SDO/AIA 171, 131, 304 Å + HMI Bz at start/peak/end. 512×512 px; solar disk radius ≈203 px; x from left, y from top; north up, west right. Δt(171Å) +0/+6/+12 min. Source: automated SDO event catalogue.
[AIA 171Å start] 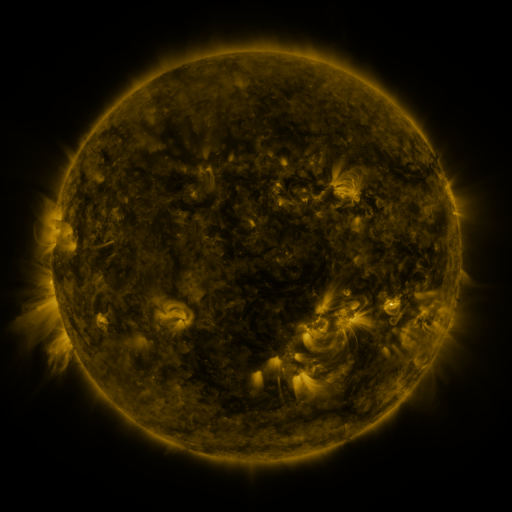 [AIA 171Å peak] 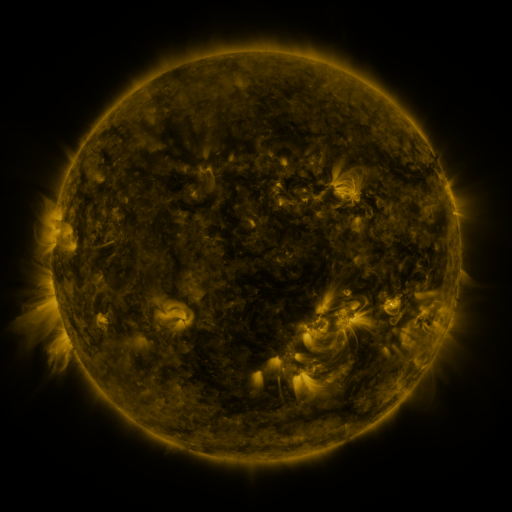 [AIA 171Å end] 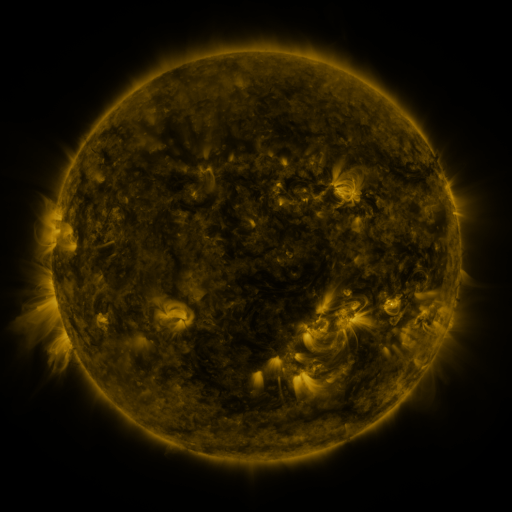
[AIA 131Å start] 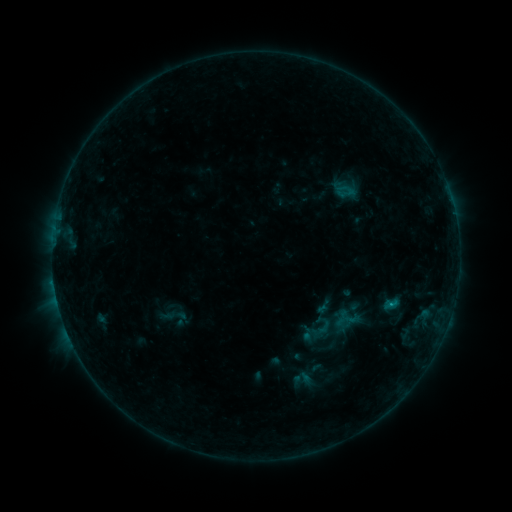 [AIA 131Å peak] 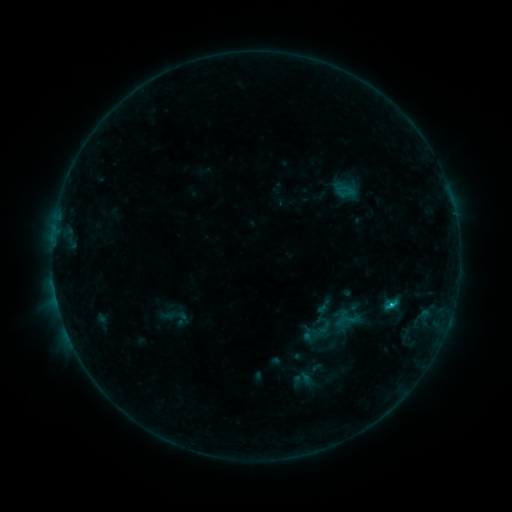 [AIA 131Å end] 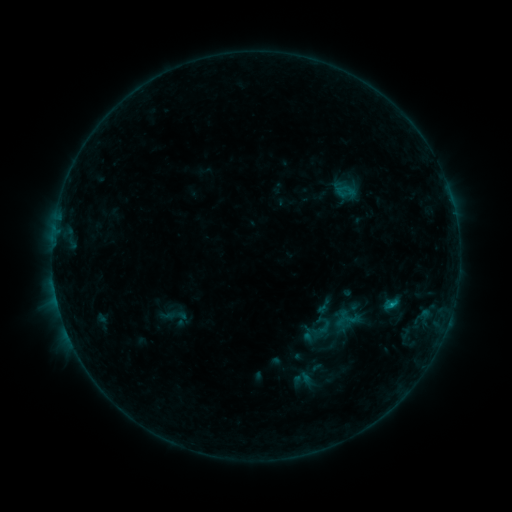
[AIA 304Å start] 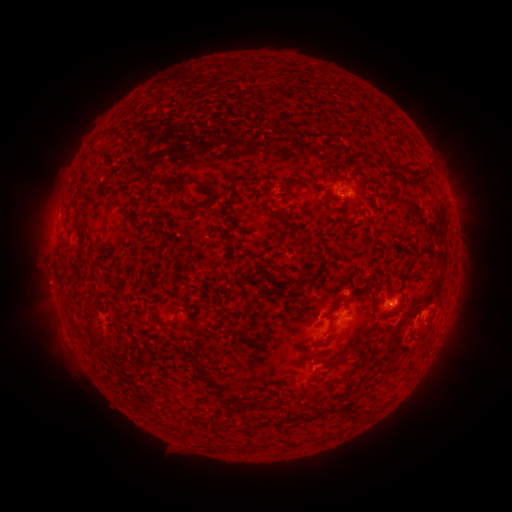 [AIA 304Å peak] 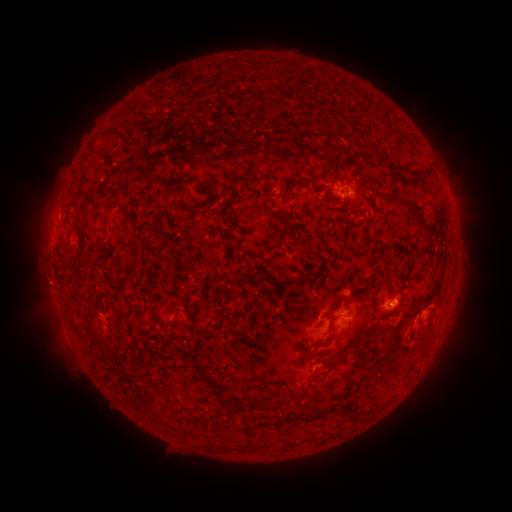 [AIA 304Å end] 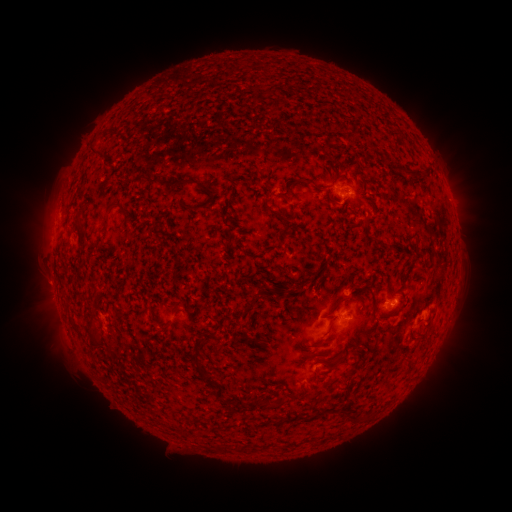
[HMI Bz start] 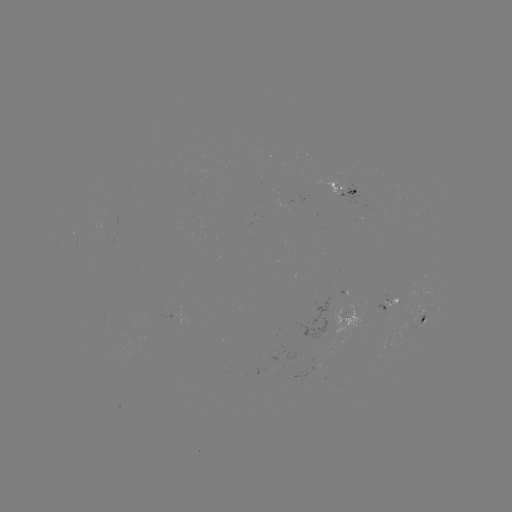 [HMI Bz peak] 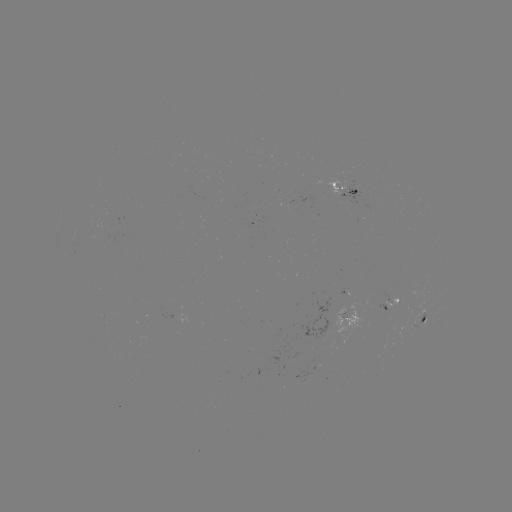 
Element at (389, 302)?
B8.2 flare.